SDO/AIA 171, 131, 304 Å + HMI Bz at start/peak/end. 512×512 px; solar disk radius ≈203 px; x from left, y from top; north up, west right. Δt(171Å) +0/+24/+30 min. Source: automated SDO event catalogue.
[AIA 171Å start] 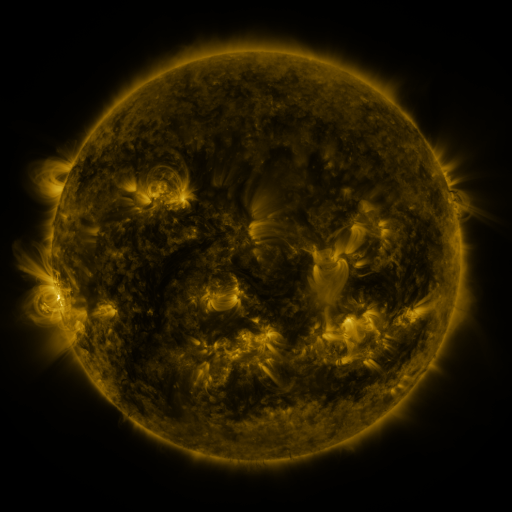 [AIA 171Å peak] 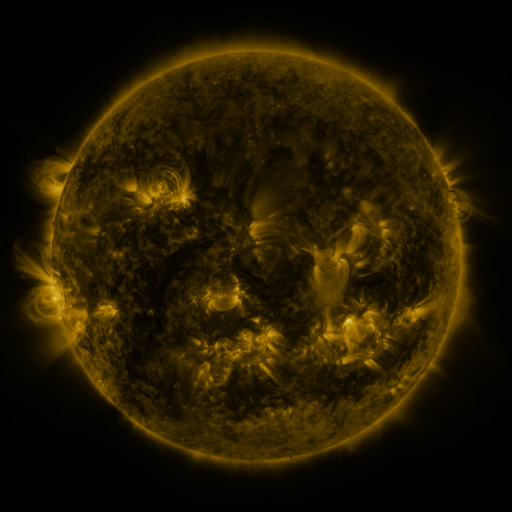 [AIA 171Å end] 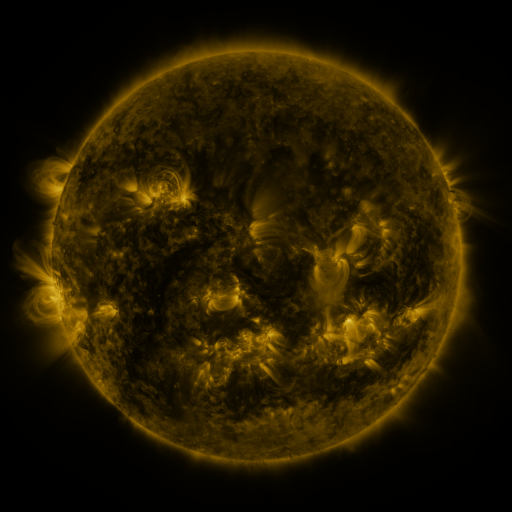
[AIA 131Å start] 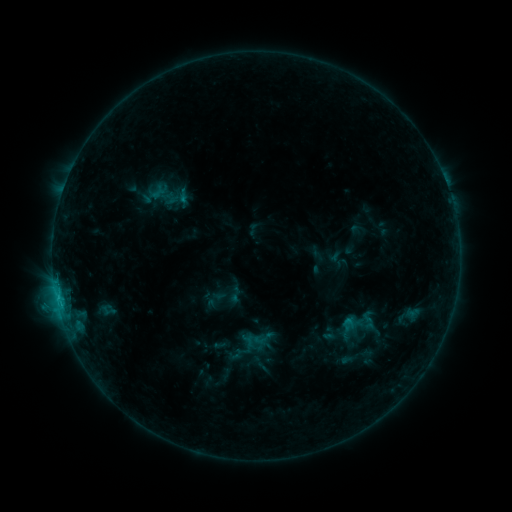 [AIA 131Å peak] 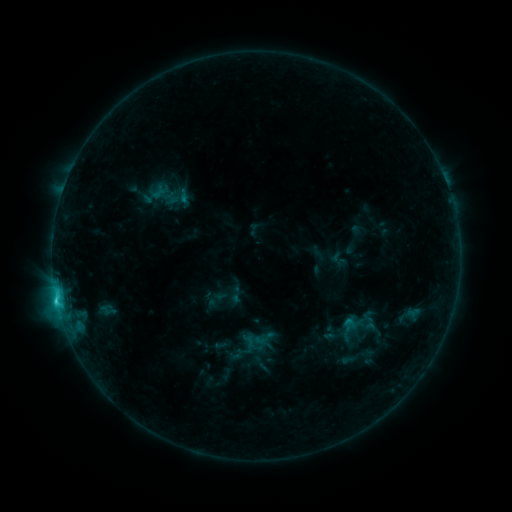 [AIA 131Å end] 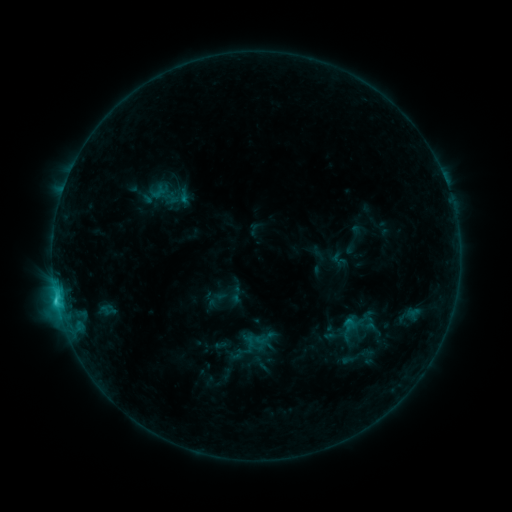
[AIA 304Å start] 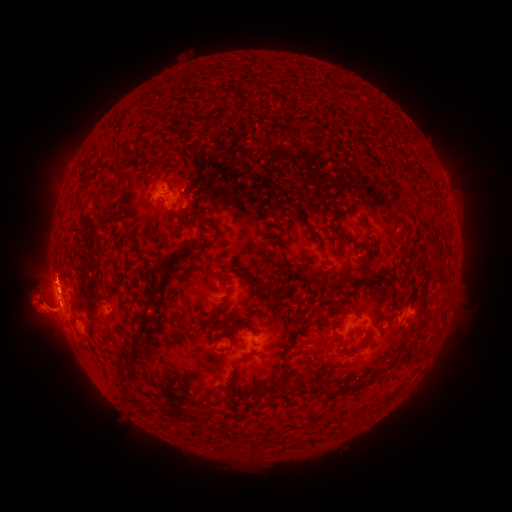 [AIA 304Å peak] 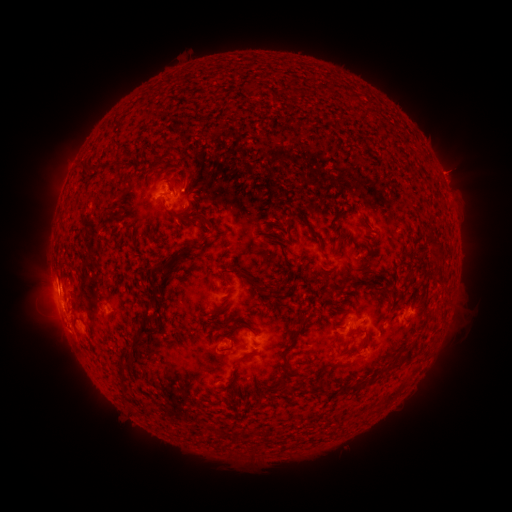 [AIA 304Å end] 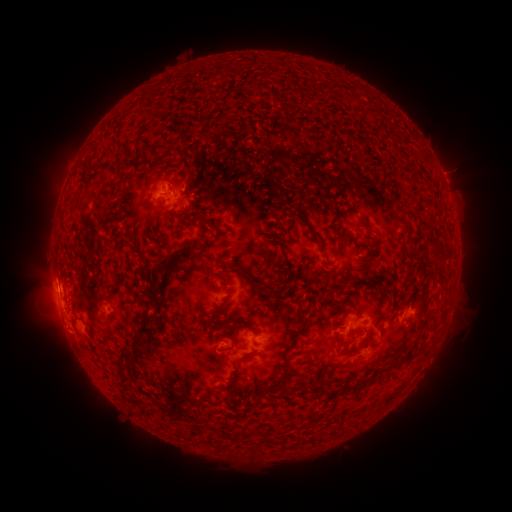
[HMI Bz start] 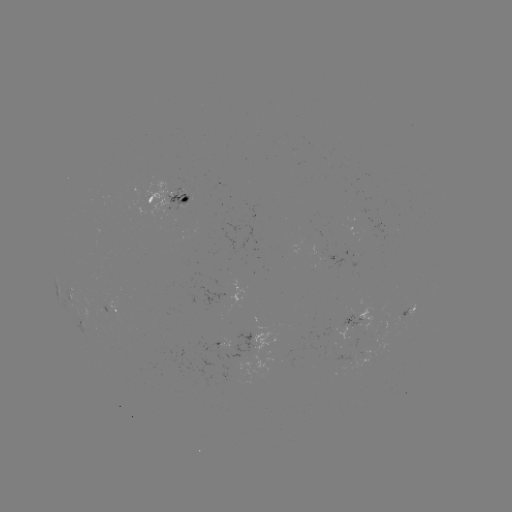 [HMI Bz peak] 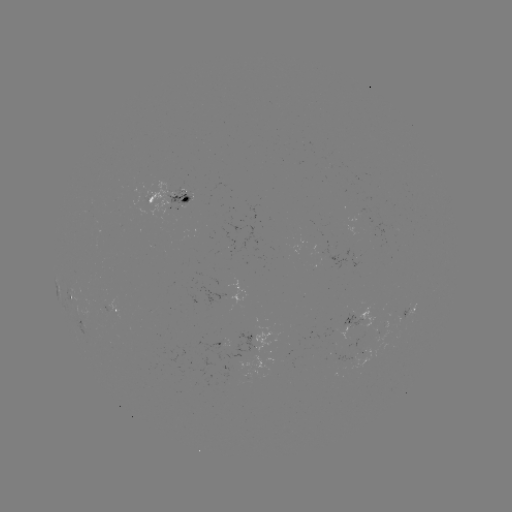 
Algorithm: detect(C2.3 flare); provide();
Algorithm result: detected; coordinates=57,298